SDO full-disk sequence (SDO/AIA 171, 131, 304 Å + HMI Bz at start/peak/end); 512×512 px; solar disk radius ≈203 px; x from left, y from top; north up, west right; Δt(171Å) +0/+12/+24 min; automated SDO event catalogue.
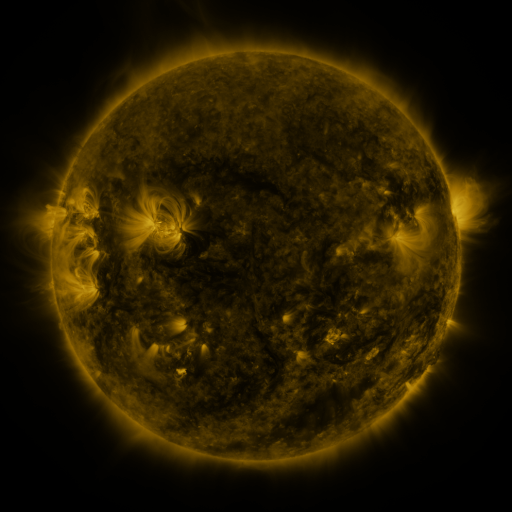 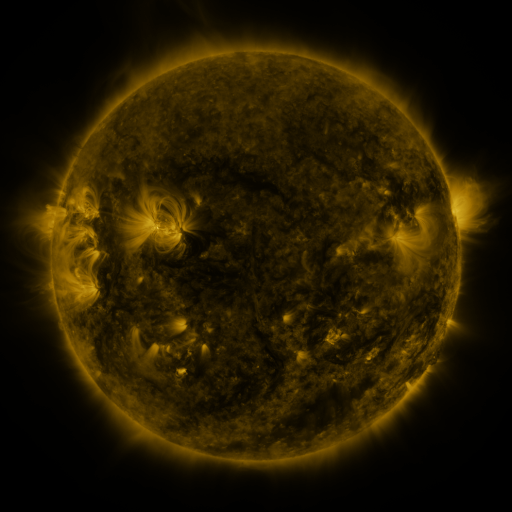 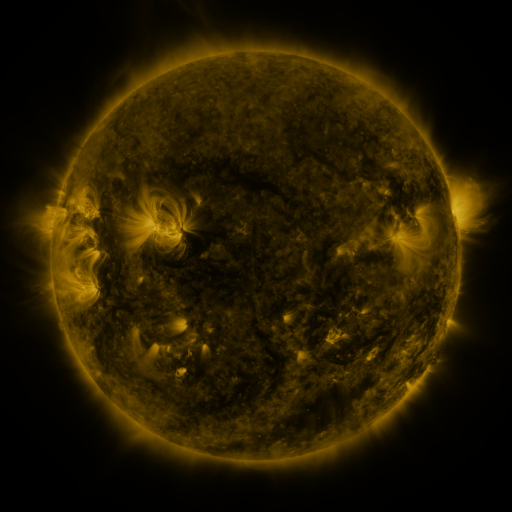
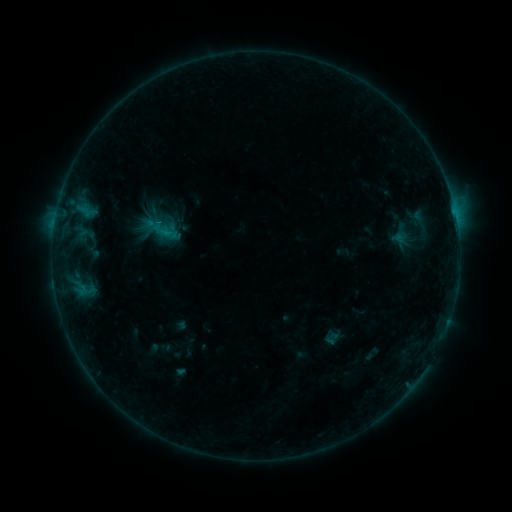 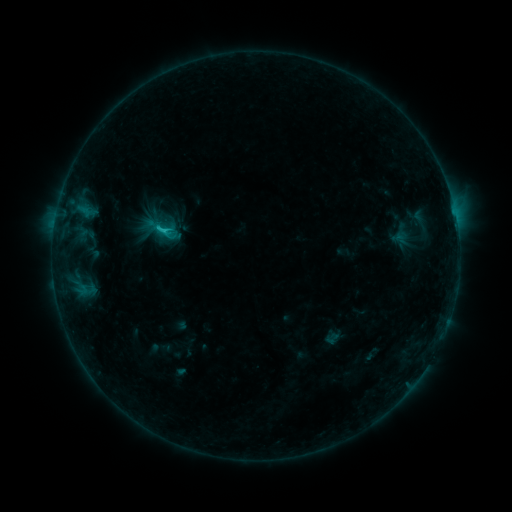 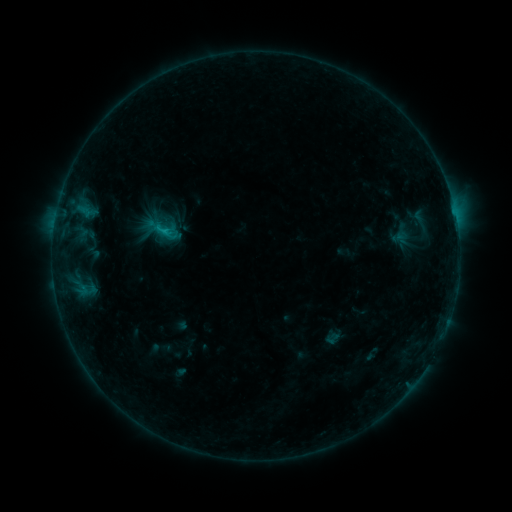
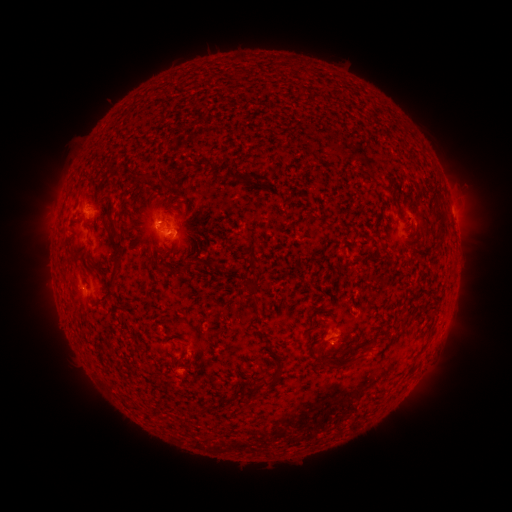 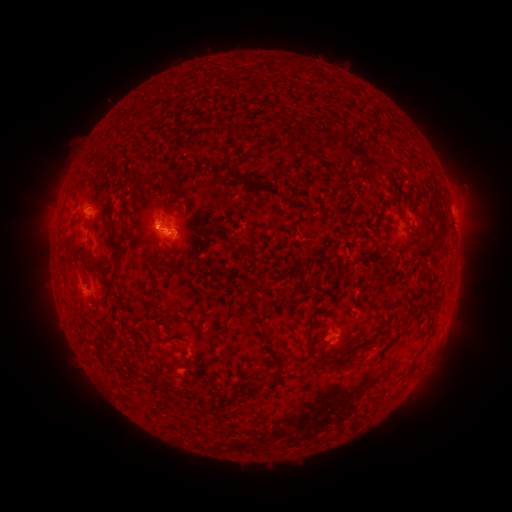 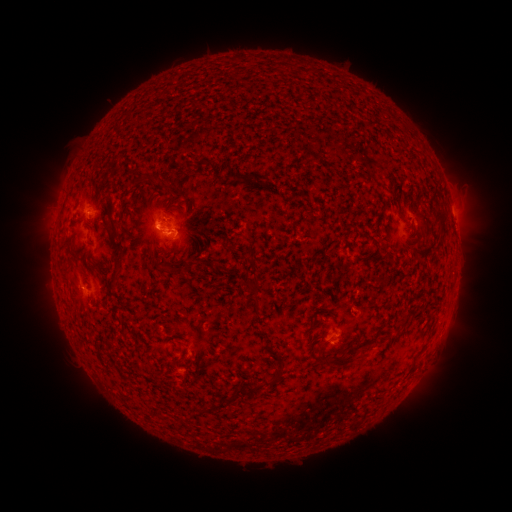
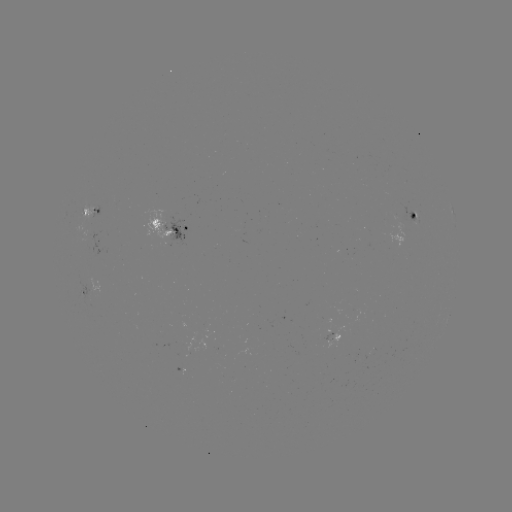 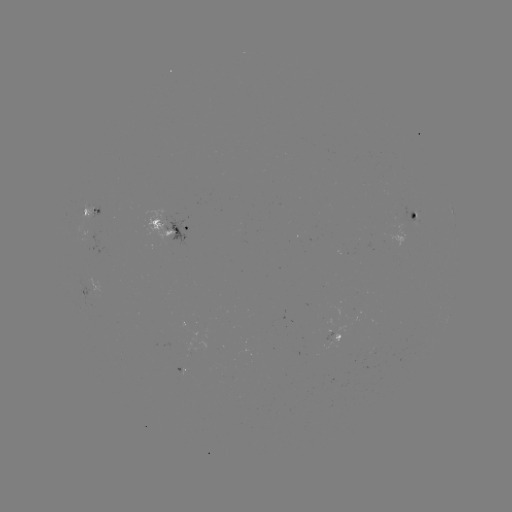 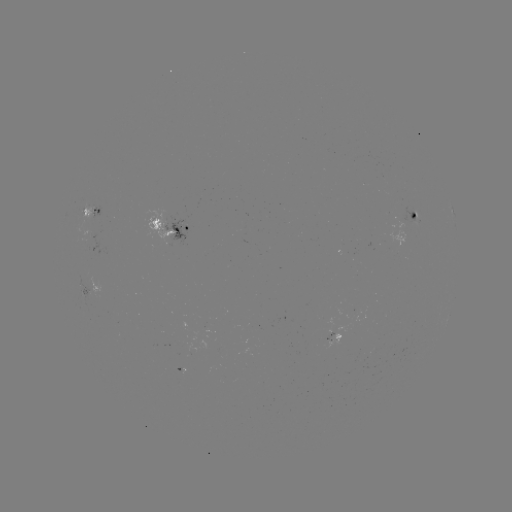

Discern B9.5 flare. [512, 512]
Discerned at (165, 234).